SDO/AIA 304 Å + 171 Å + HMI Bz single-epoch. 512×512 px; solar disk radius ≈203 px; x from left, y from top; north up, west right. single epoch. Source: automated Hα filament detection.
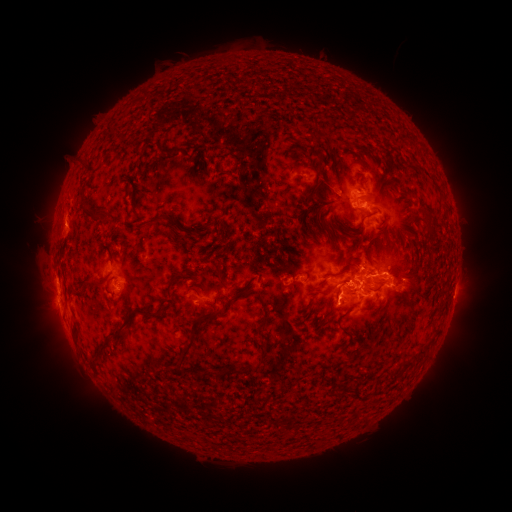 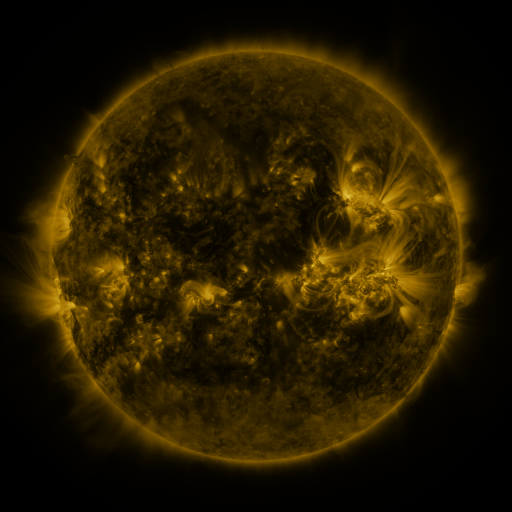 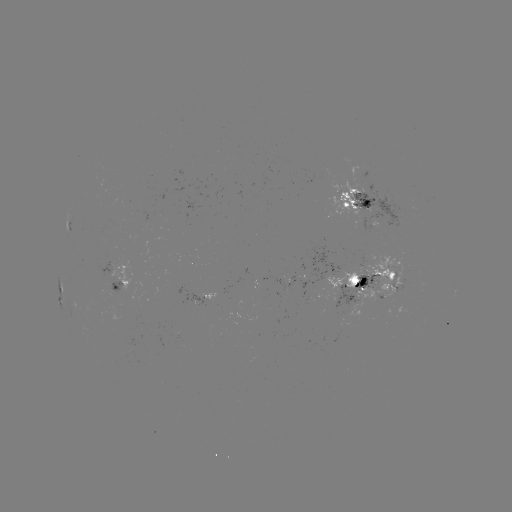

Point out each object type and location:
filament: (218, 127)
filament: (317, 132)
filament: (239, 135)
filament: (250, 135)
filament: (164, 152)
filament: (196, 176)
filament: (336, 179)
filament: (316, 181)
filament: (135, 198)
filament: (316, 209)
filament: (90, 215)
filament: (154, 222)
filament: (327, 233)
filament: (119, 242)
filament: (348, 264)
filament: (219, 274)
filament: (364, 280)
filament: (86, 284)
filament: (169, 287)
filament: (192, 289)
filament: (266, 311)
filament: (136, 313)
filament: (211, 315)
filament: (345, 329)
filament: (75, 331)
filament: (115, 335)
filament: (423, 350)
filament: (186, 353)
filament: (102, 354)
filament: (264, 355)
filament: (407, 363)
filament: (246, 371)
filament: (195, 372)
filament: (358, 392)
